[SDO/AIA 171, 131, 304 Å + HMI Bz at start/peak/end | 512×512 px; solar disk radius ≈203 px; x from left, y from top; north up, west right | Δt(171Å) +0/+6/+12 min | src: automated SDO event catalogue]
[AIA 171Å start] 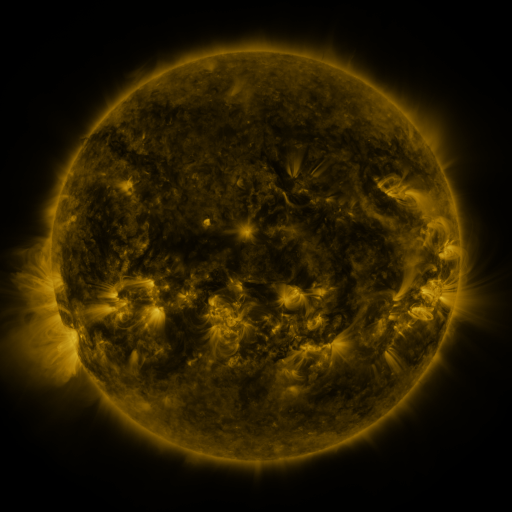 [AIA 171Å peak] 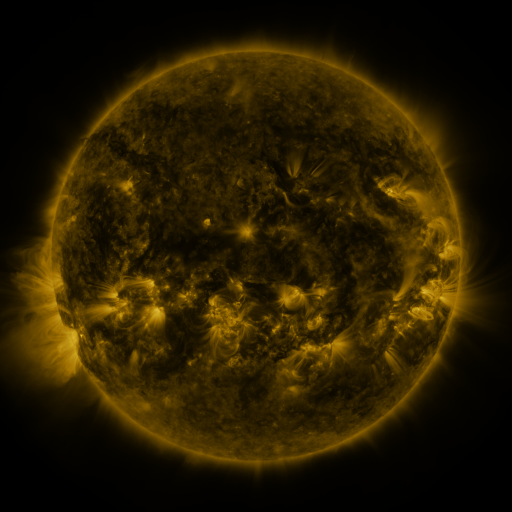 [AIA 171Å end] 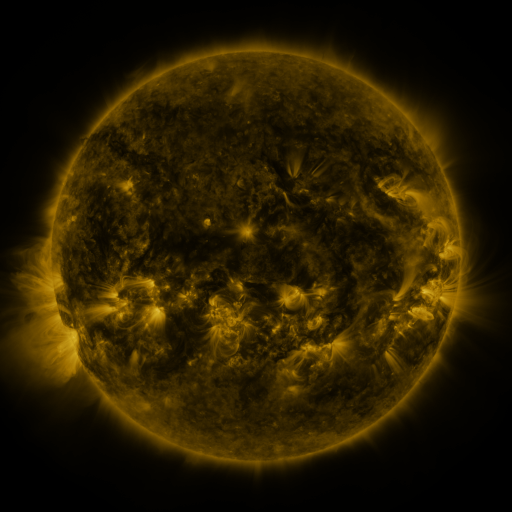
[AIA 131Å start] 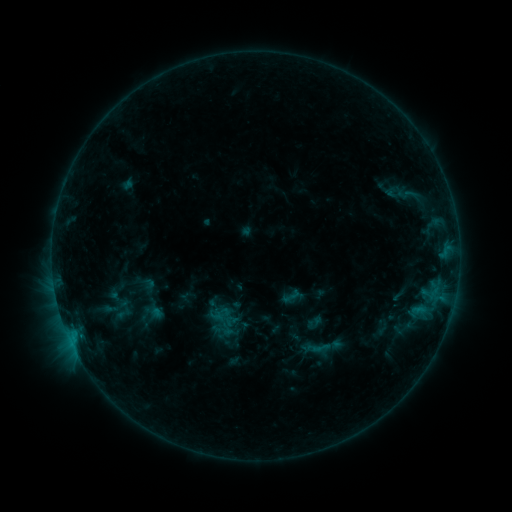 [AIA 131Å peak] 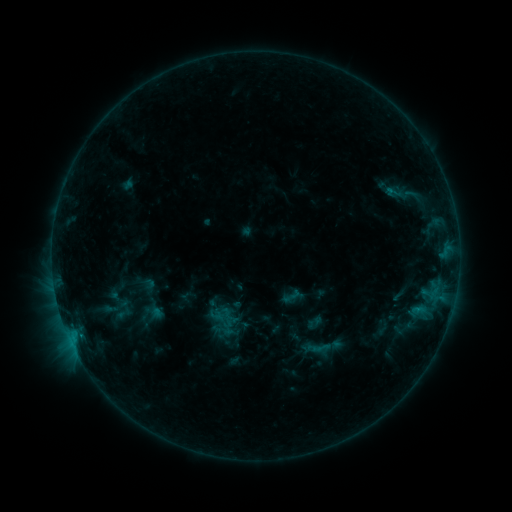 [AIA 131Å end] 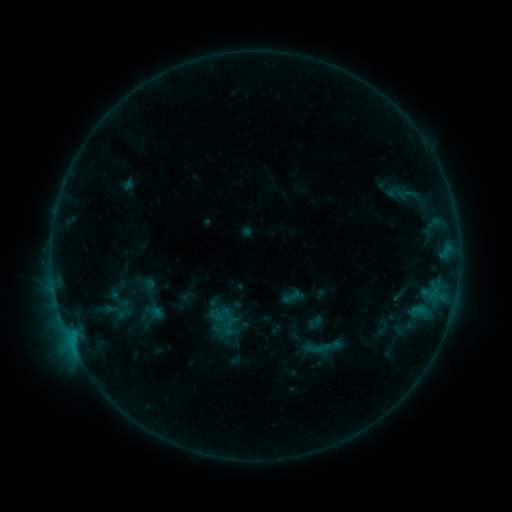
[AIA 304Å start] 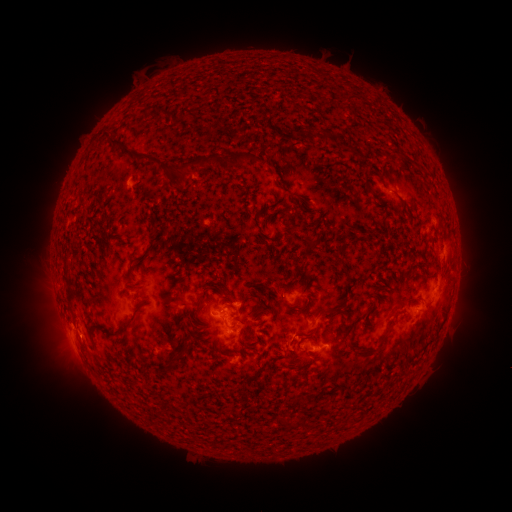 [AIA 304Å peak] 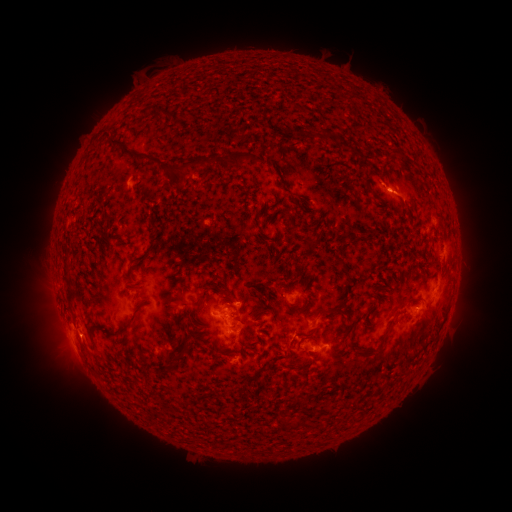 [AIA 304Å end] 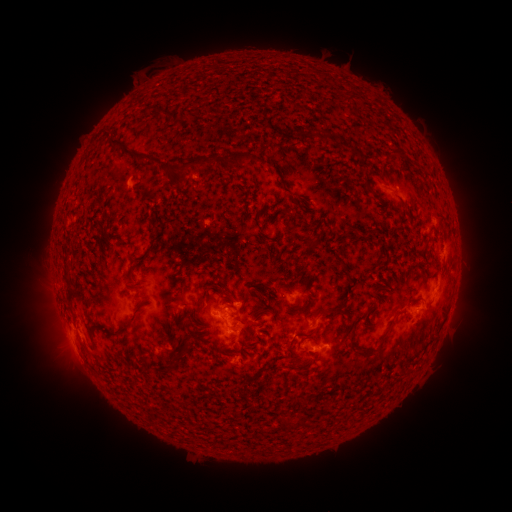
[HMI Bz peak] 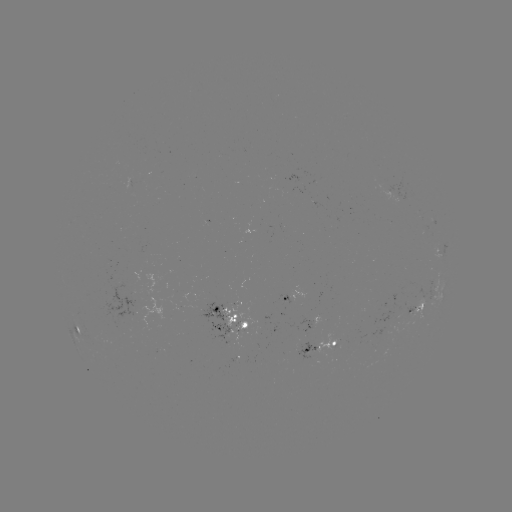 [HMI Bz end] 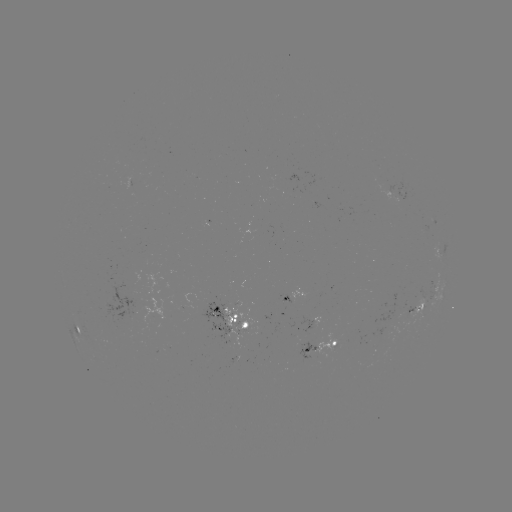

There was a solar eruption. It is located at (394, 188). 